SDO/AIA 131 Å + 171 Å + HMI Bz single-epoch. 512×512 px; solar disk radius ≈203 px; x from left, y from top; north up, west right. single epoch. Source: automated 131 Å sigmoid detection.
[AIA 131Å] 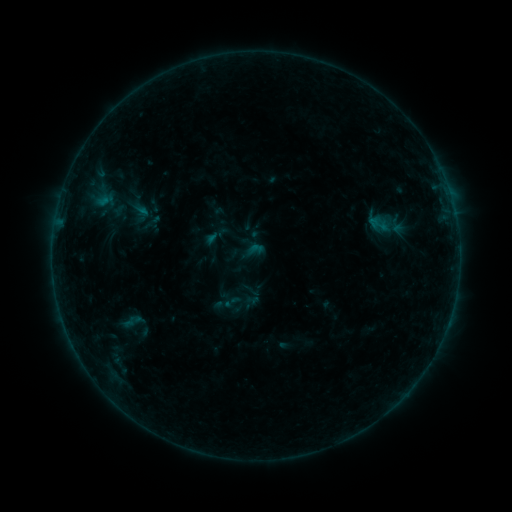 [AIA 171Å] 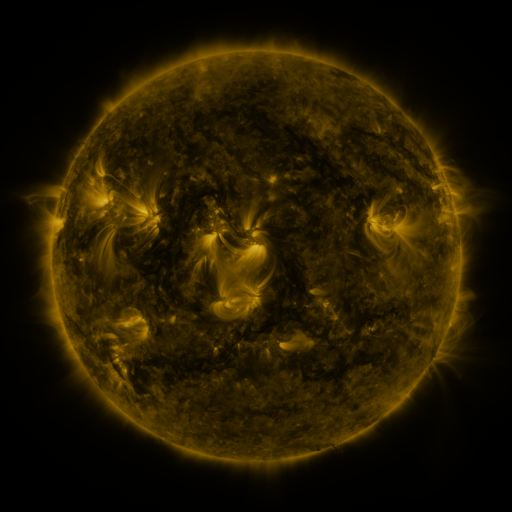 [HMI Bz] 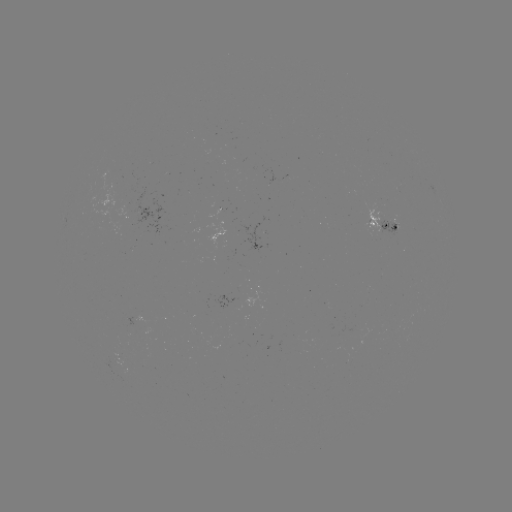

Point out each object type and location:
sigmoid: <bbox>364, 212, 391, 235</bbox>
